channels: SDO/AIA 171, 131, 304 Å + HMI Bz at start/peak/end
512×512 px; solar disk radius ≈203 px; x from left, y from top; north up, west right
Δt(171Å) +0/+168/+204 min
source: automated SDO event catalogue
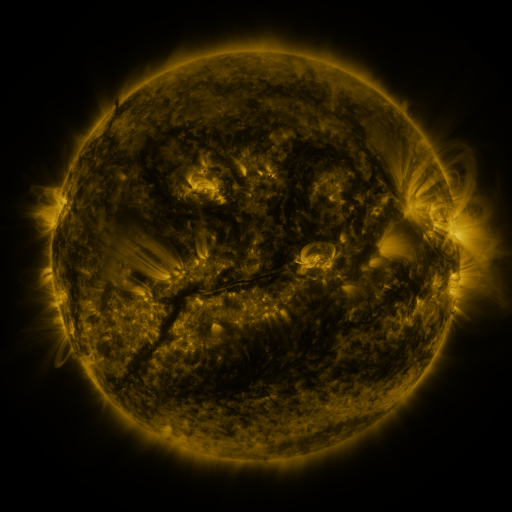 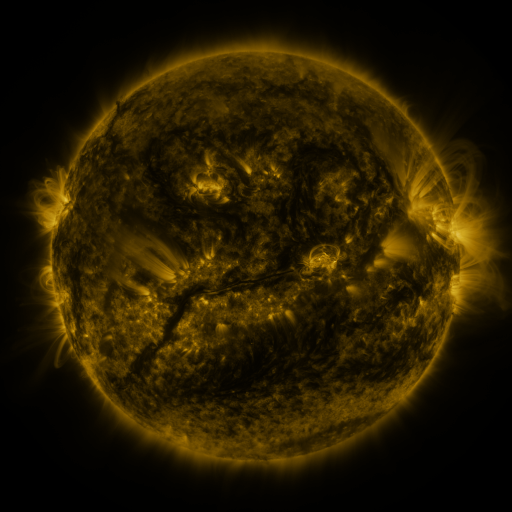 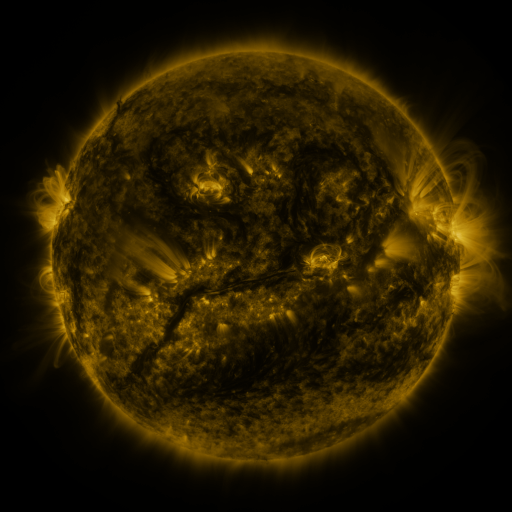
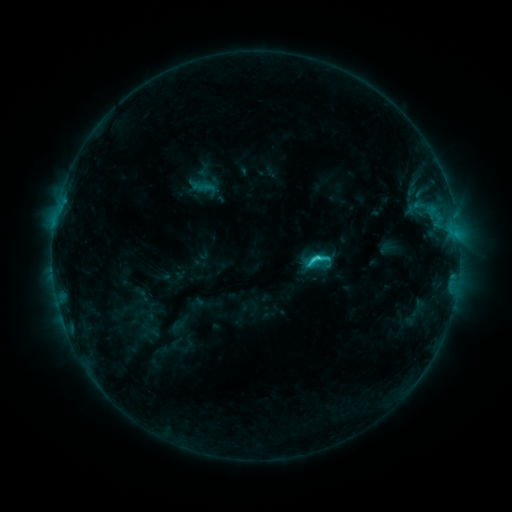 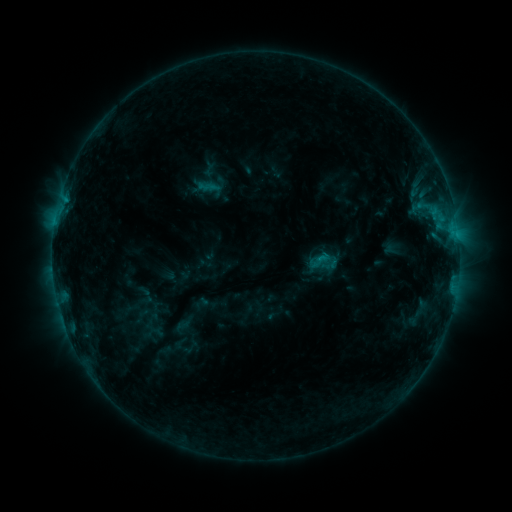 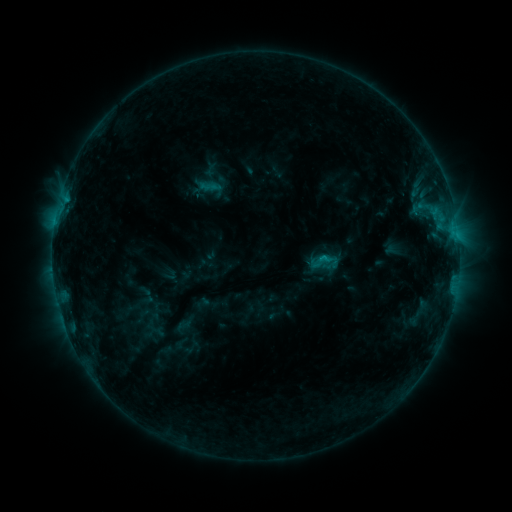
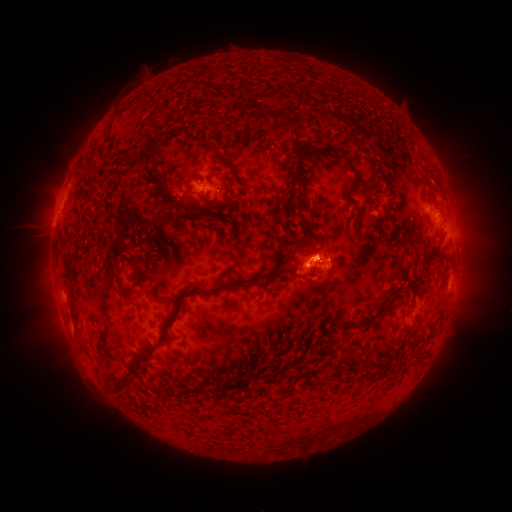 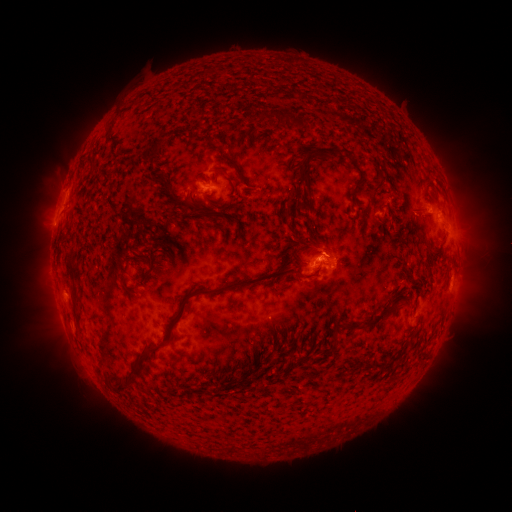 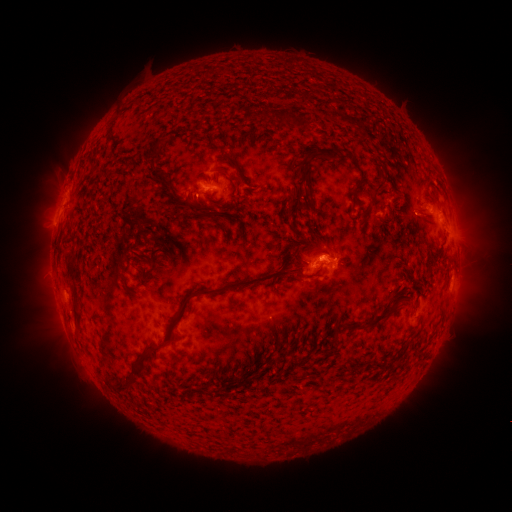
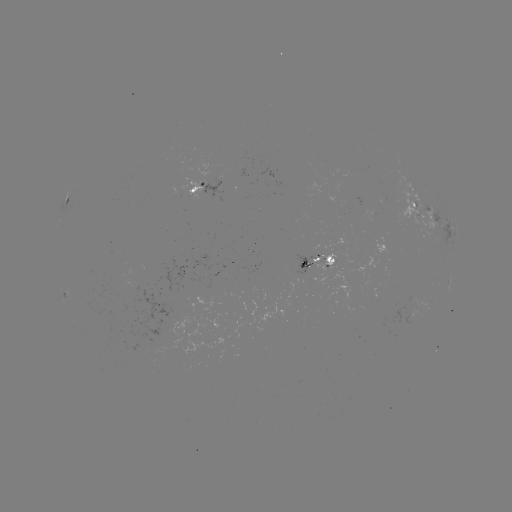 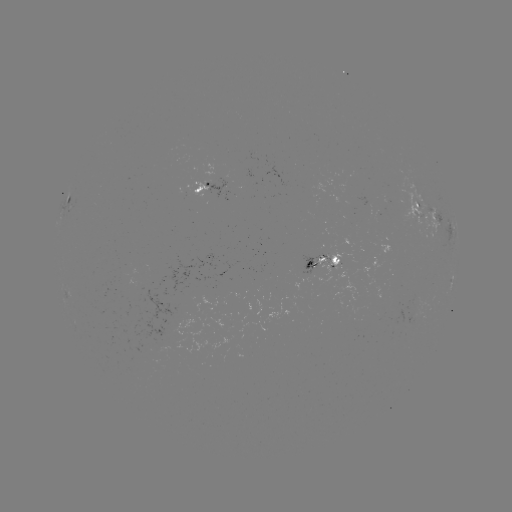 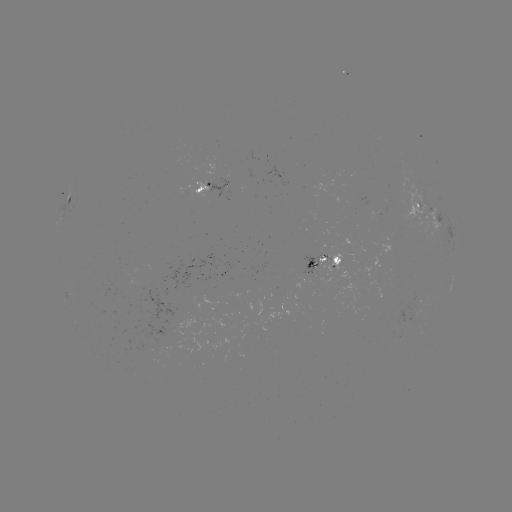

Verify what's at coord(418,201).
emerging-flux region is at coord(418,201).